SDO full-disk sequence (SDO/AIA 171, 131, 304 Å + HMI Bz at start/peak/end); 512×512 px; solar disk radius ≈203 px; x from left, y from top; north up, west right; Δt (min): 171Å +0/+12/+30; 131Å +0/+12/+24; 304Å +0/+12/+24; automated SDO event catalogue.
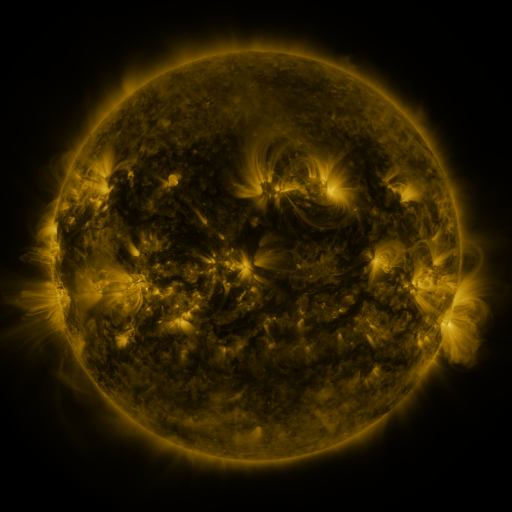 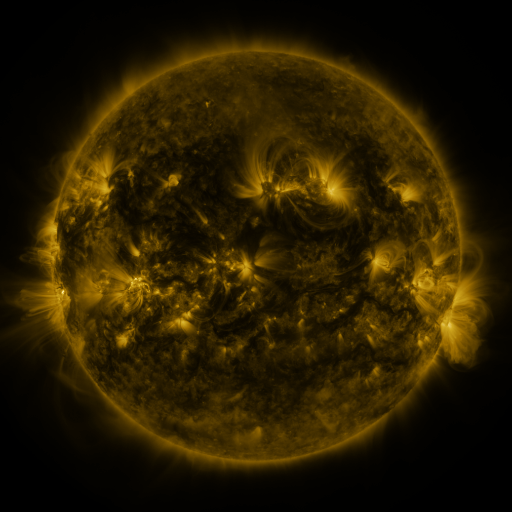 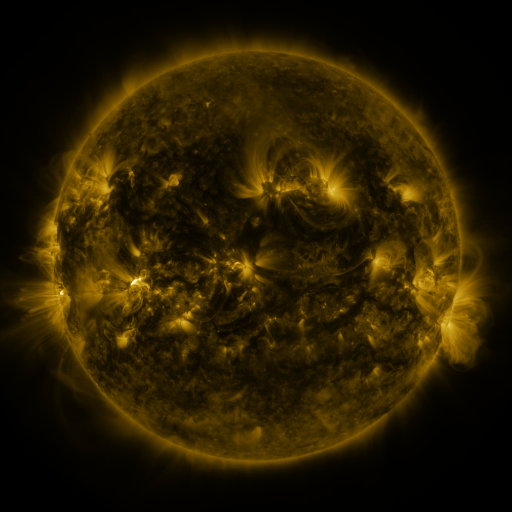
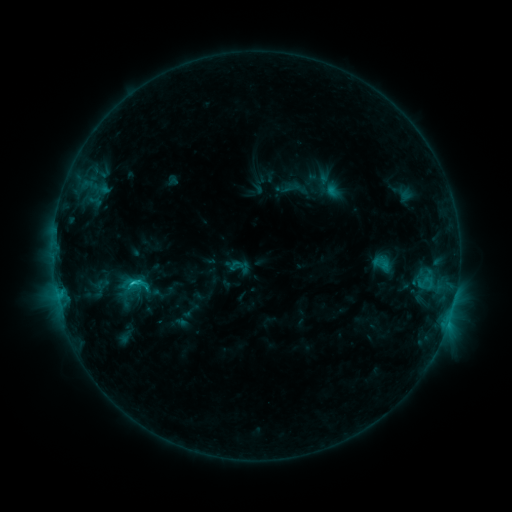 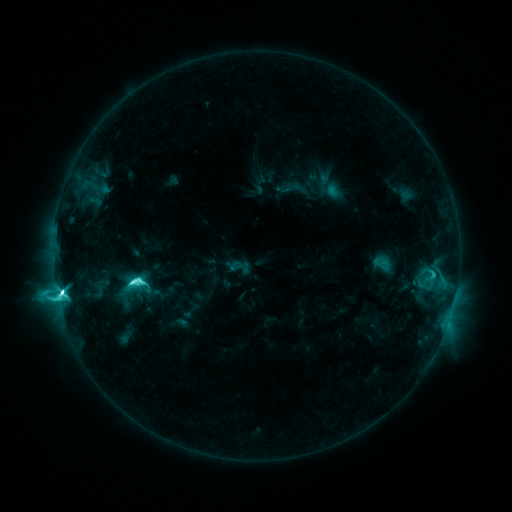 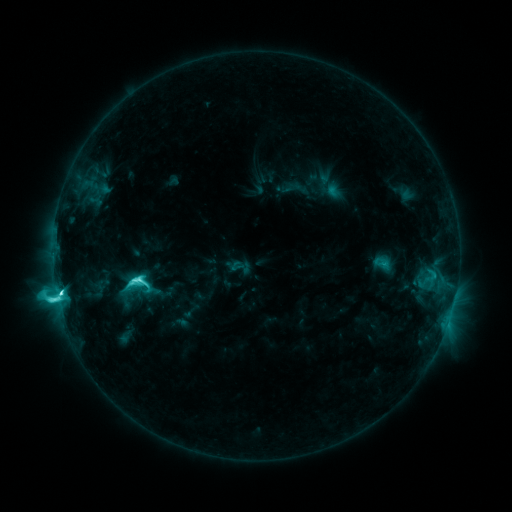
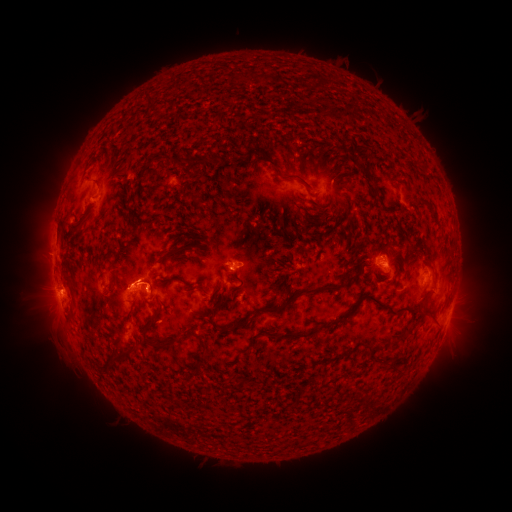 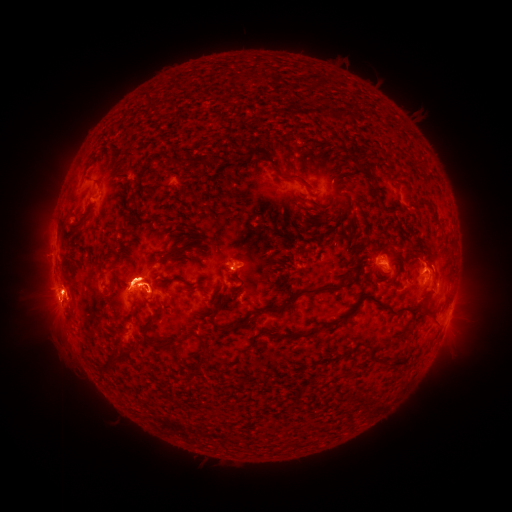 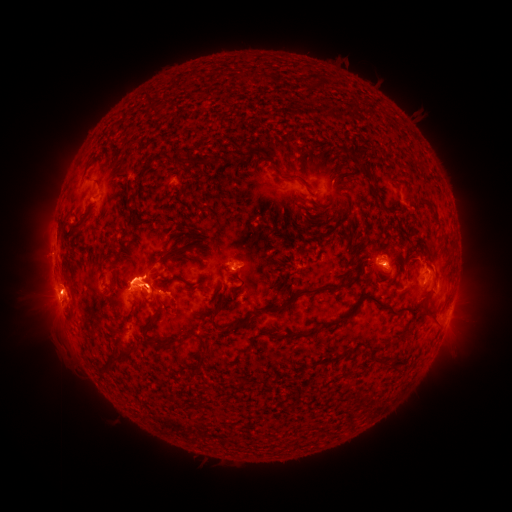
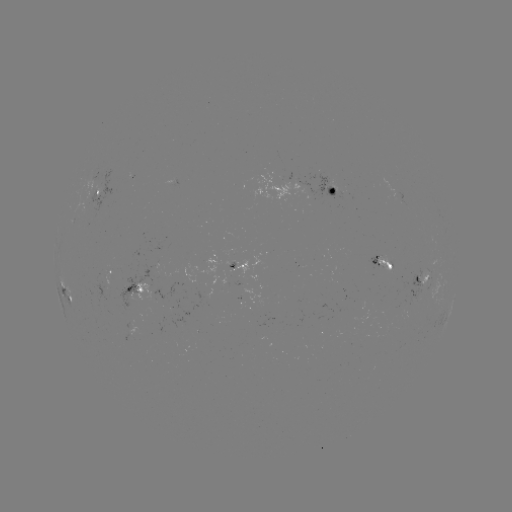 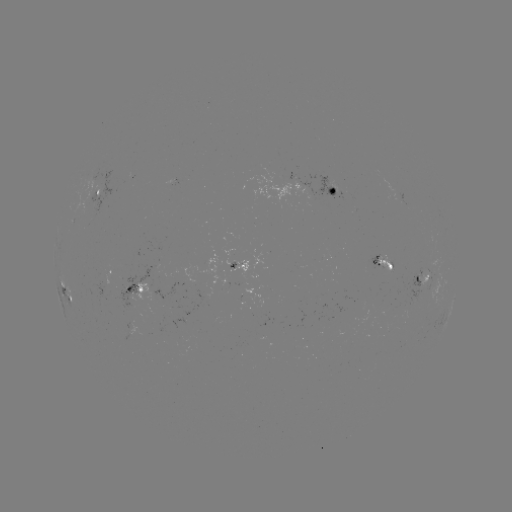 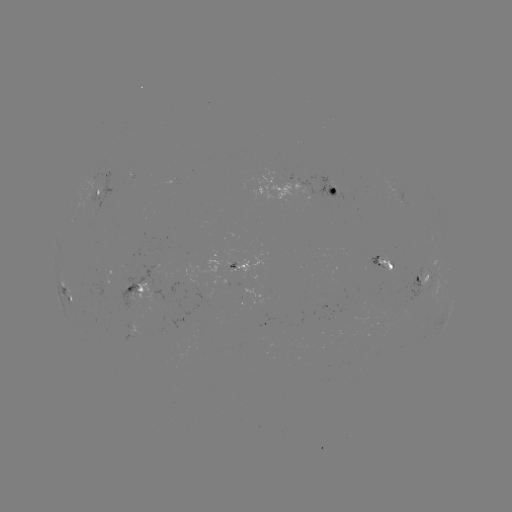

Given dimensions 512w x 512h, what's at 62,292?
M1.7 flare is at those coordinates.